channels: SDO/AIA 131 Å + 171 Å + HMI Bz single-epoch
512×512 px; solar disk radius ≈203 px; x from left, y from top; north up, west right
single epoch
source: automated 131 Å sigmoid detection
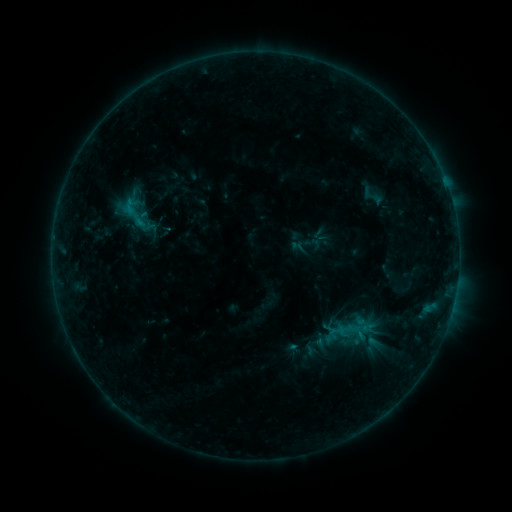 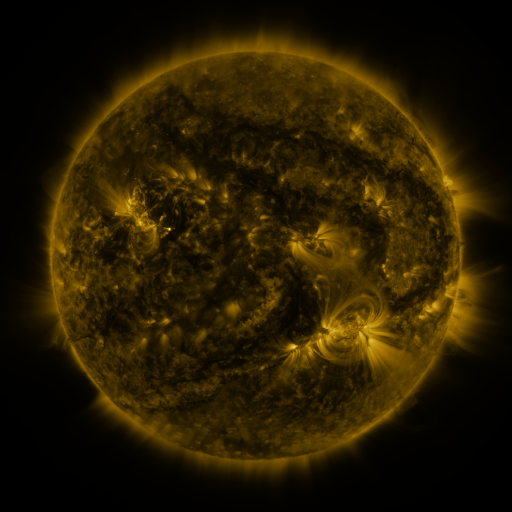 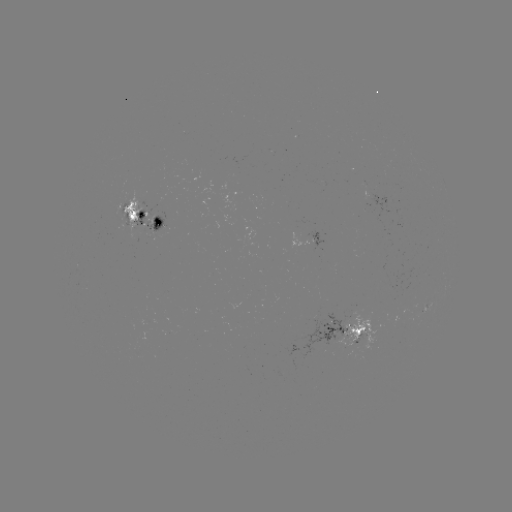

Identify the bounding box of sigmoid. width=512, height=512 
[355, 183, 390, 209].